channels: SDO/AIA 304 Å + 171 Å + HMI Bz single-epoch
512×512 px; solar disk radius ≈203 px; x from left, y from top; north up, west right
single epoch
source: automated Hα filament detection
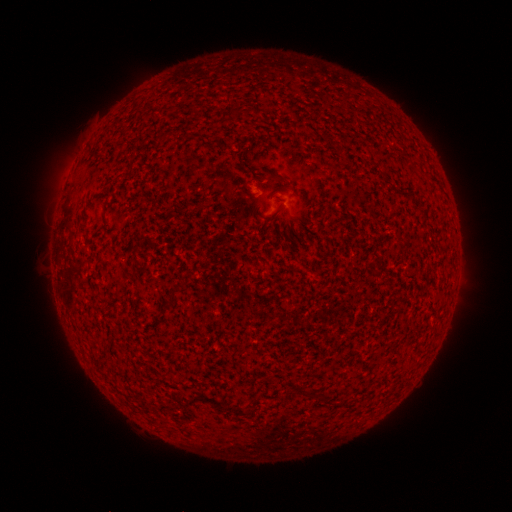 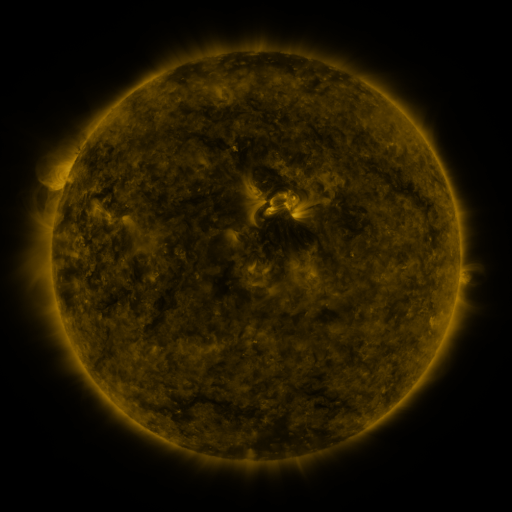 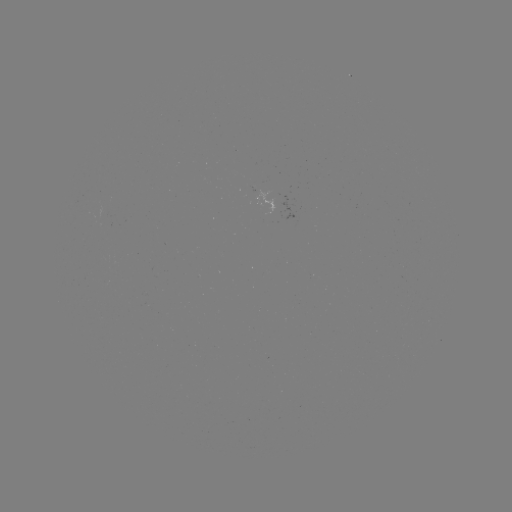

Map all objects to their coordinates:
filament: [268, 173, 279, 181]
filament: [312, 391, 328, 403]
filament: [198, 394, 253, 417]
